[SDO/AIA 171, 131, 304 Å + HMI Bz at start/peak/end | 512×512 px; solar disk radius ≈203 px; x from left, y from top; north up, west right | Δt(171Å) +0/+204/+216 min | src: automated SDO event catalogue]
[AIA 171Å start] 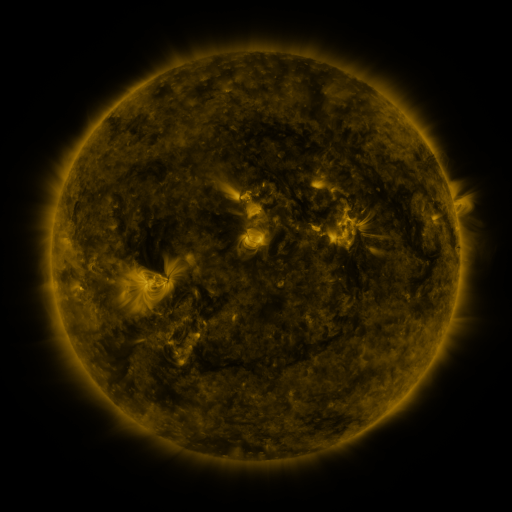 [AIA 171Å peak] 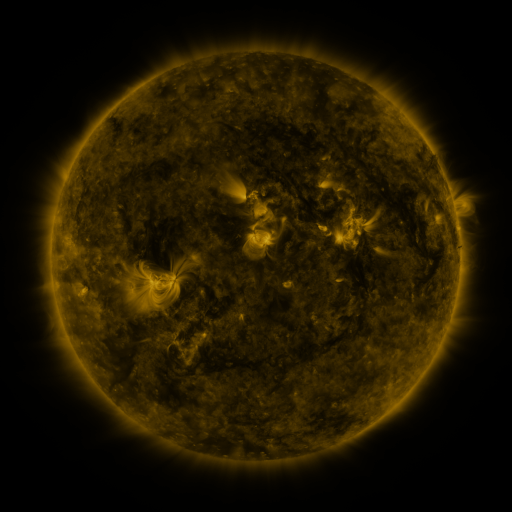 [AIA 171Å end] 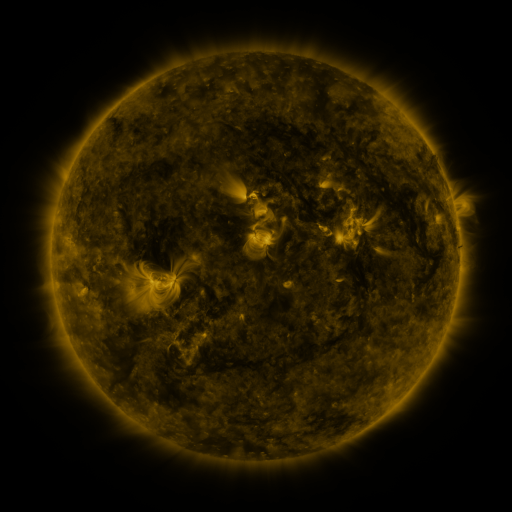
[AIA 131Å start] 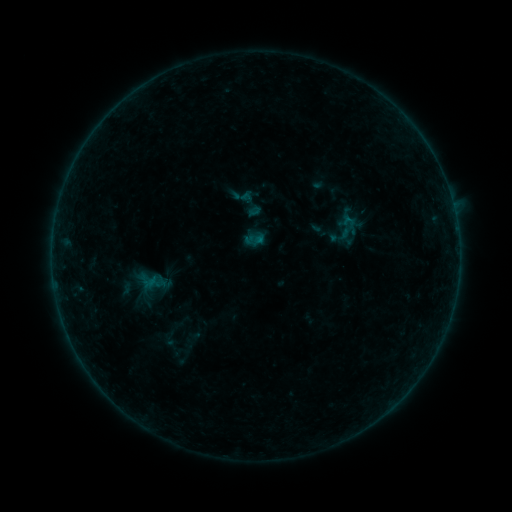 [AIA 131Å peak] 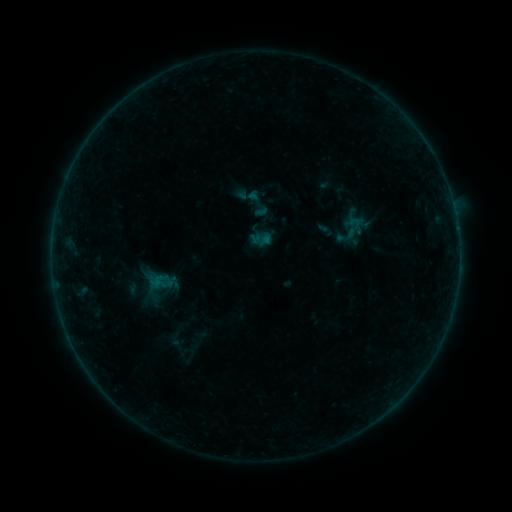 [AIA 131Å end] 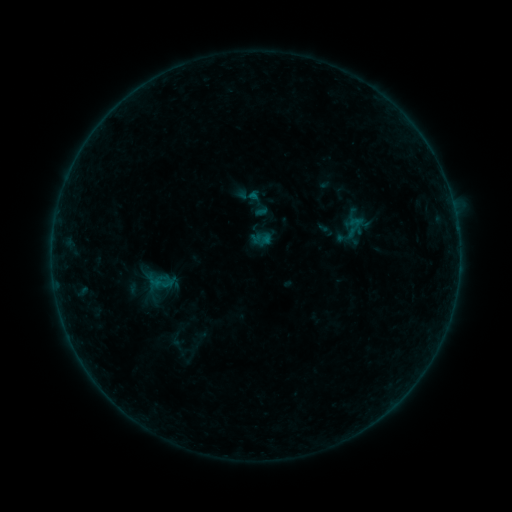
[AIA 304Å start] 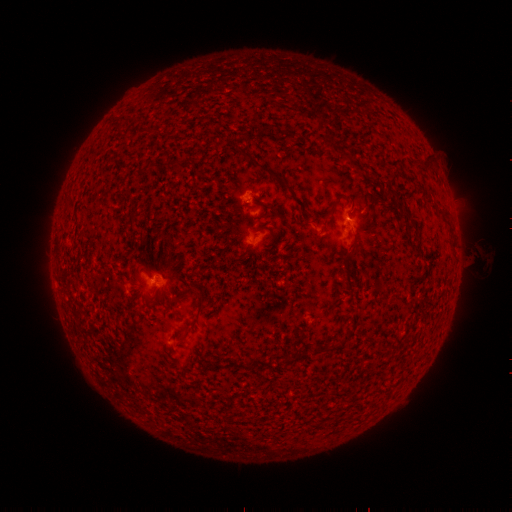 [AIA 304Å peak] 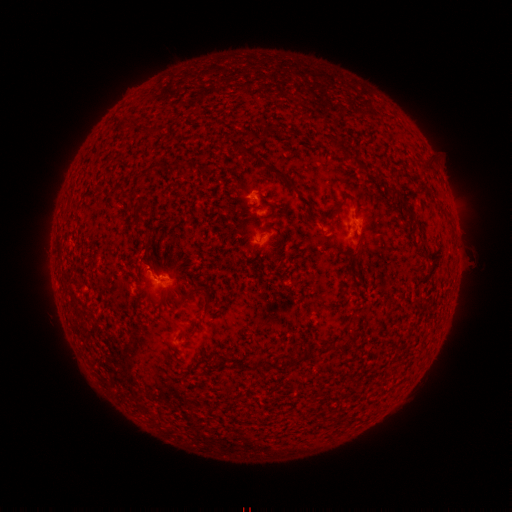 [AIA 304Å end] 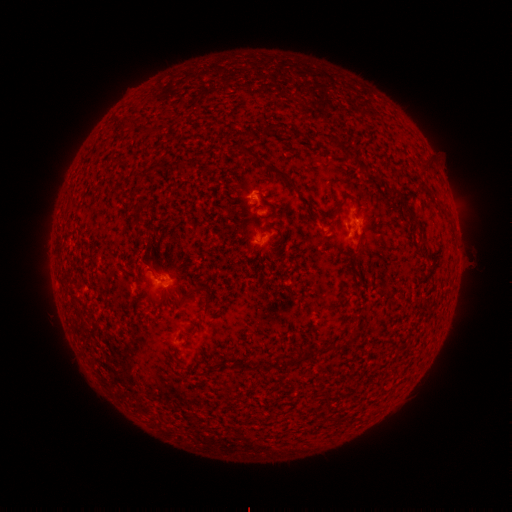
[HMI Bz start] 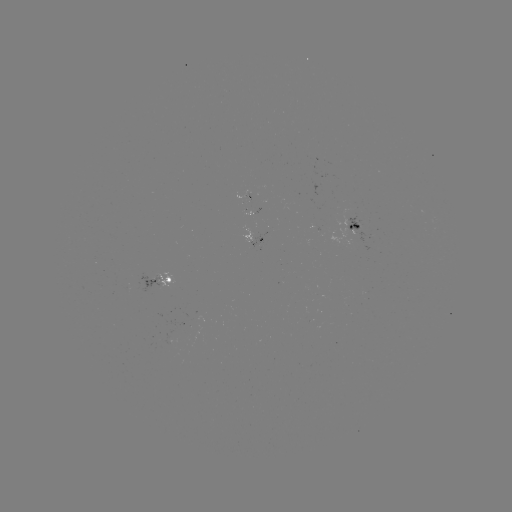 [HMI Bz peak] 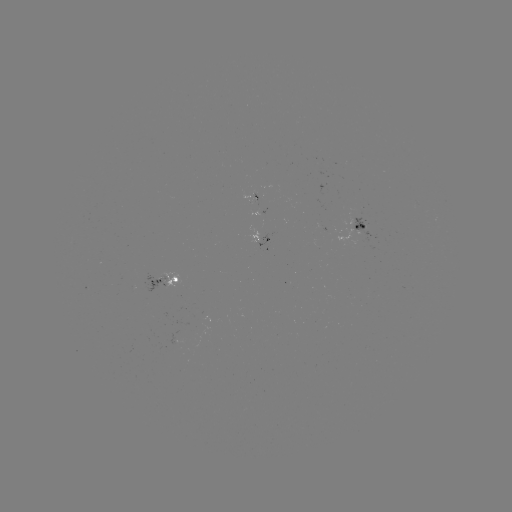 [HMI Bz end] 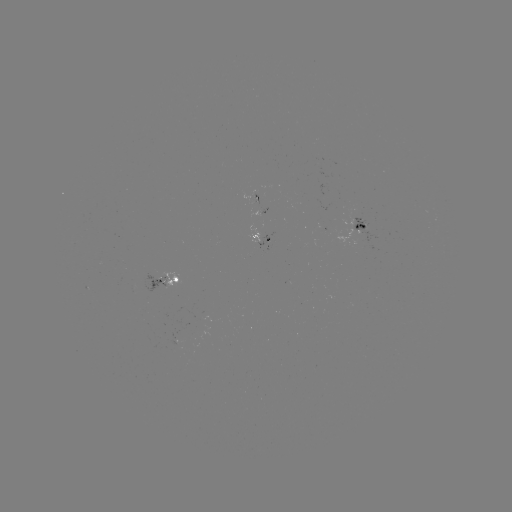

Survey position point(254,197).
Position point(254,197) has emerging-flux region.